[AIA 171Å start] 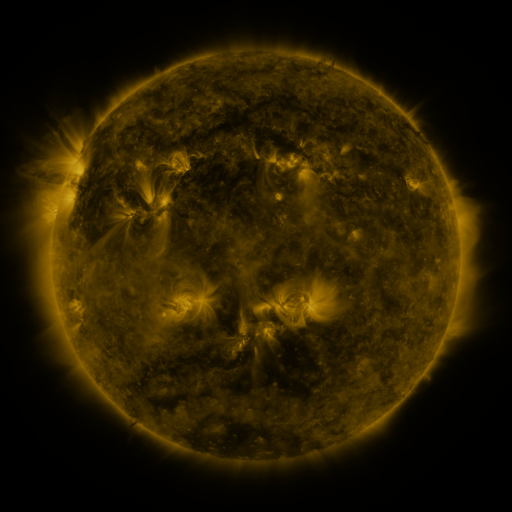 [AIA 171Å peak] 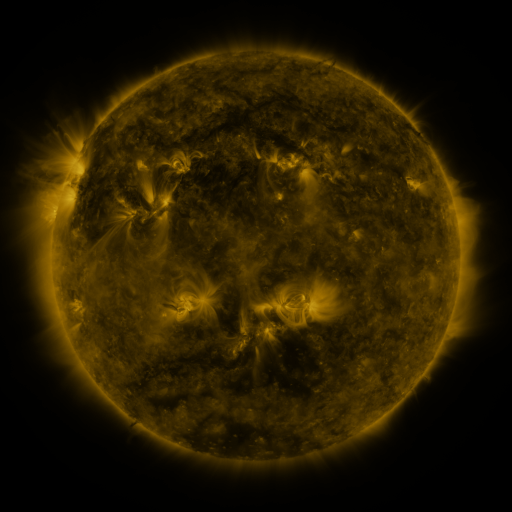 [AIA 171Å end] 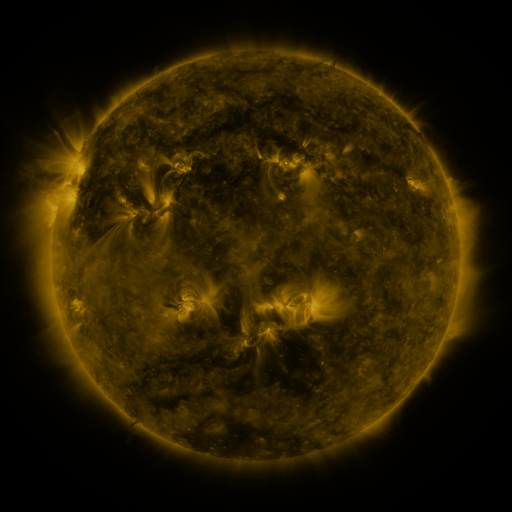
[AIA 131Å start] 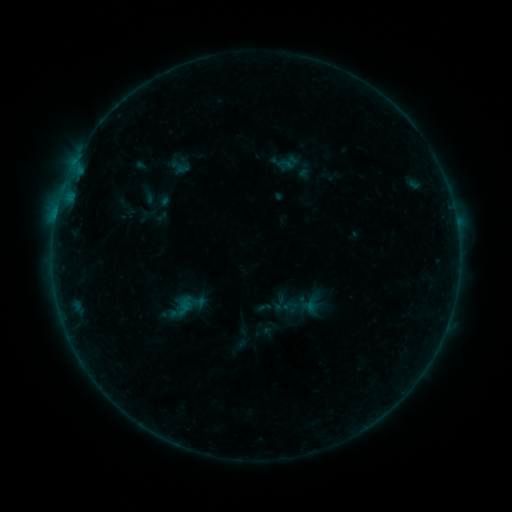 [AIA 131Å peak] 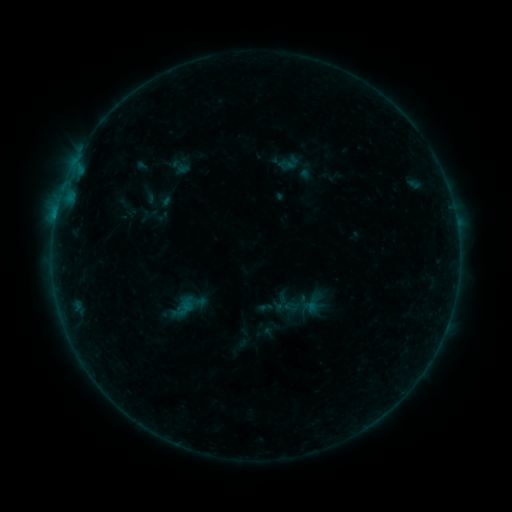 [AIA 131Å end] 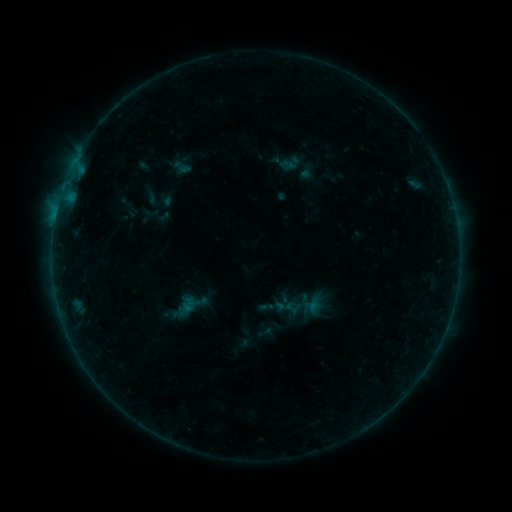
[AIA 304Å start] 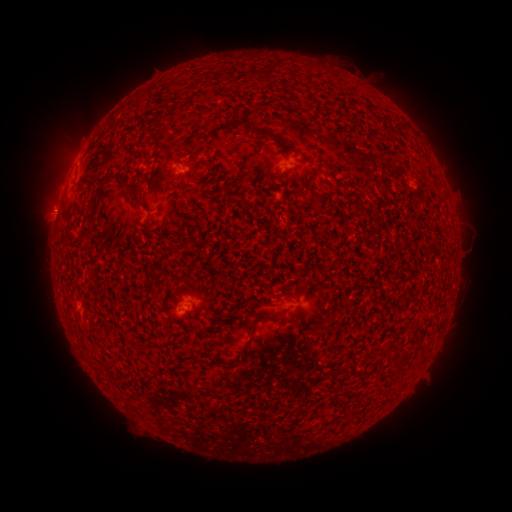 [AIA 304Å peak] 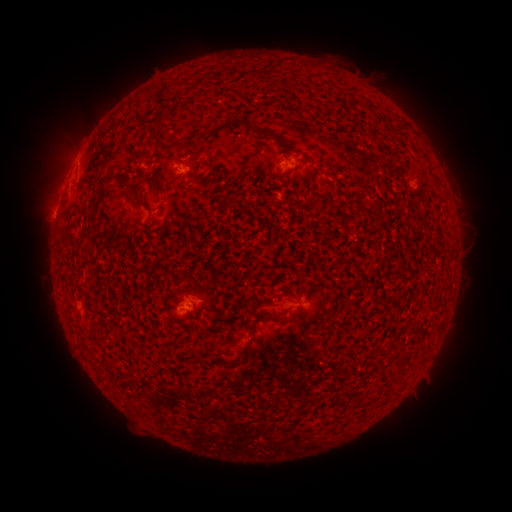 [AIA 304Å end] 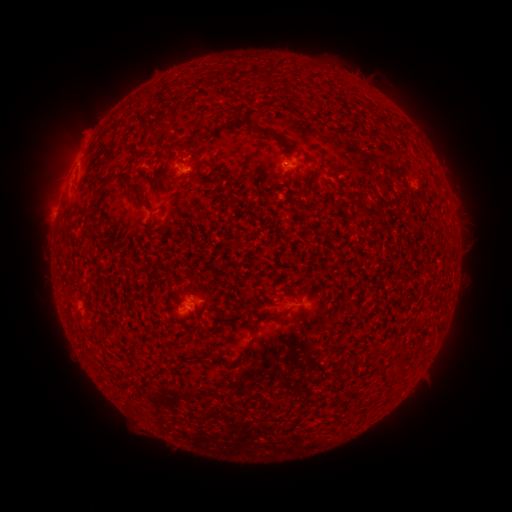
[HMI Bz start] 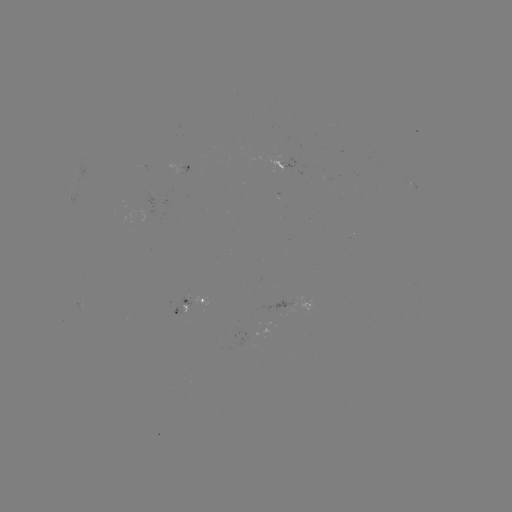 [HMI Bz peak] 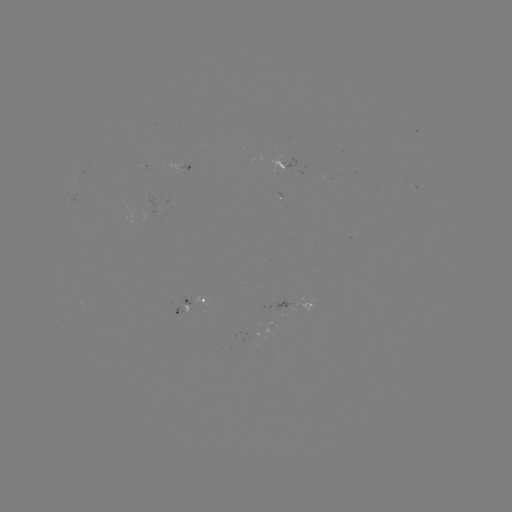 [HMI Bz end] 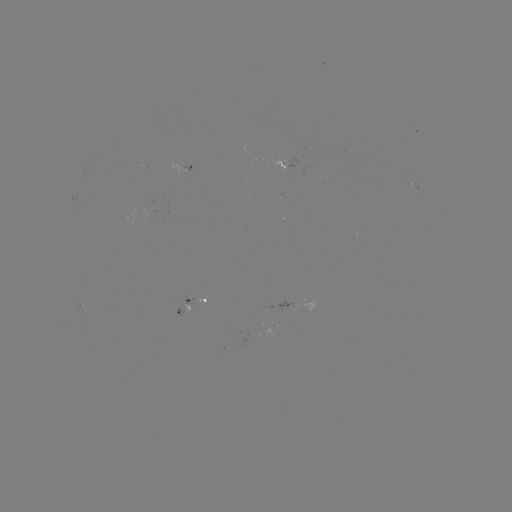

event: flare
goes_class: B2.1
